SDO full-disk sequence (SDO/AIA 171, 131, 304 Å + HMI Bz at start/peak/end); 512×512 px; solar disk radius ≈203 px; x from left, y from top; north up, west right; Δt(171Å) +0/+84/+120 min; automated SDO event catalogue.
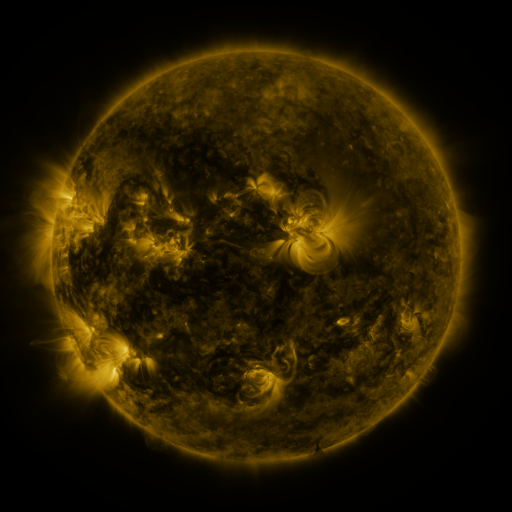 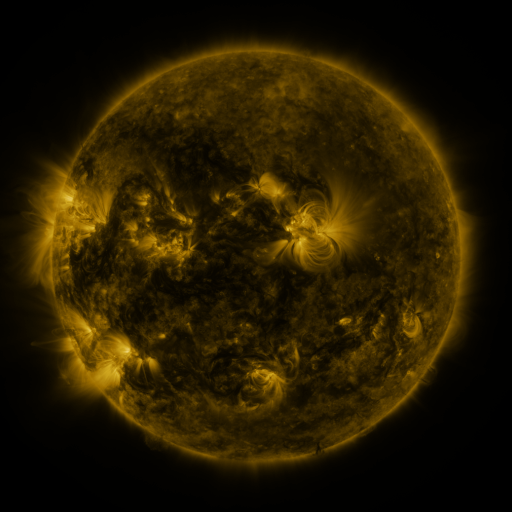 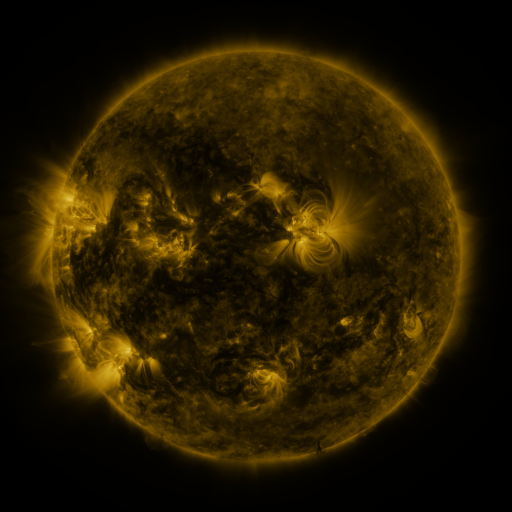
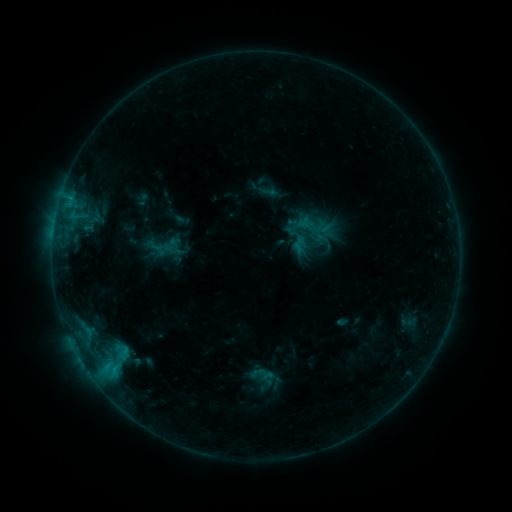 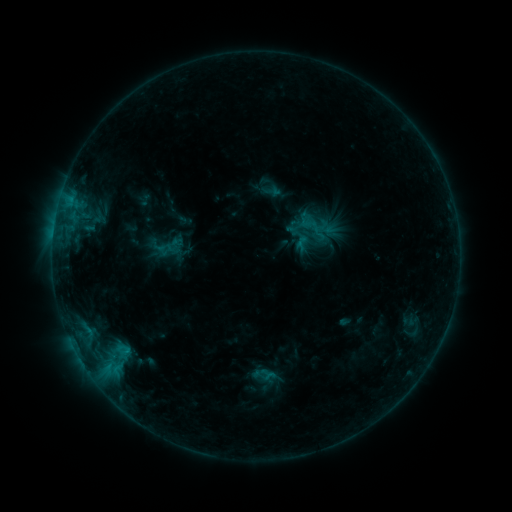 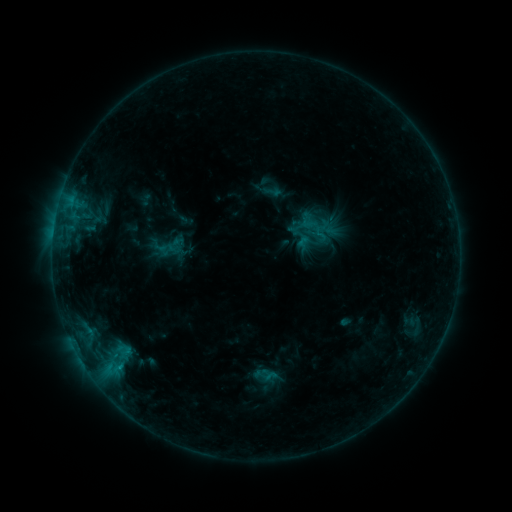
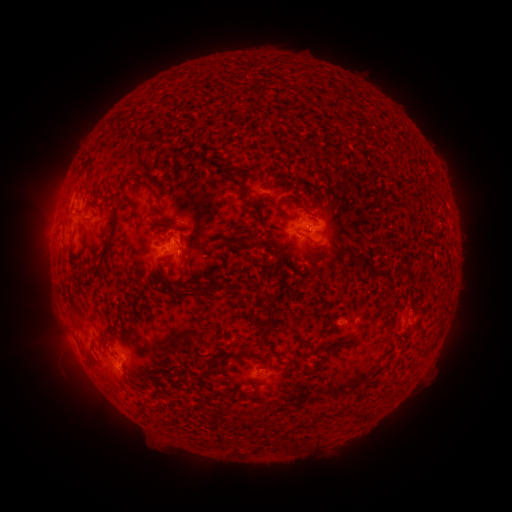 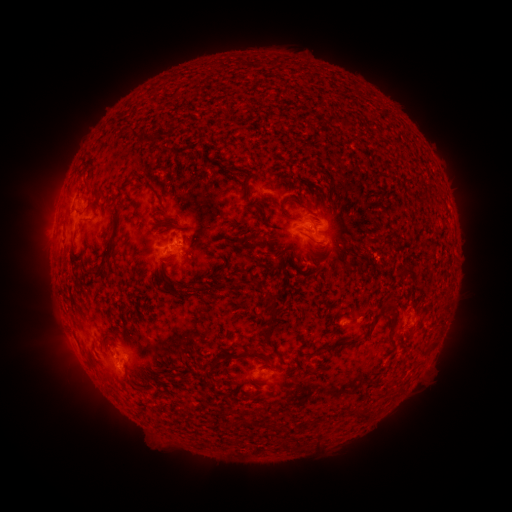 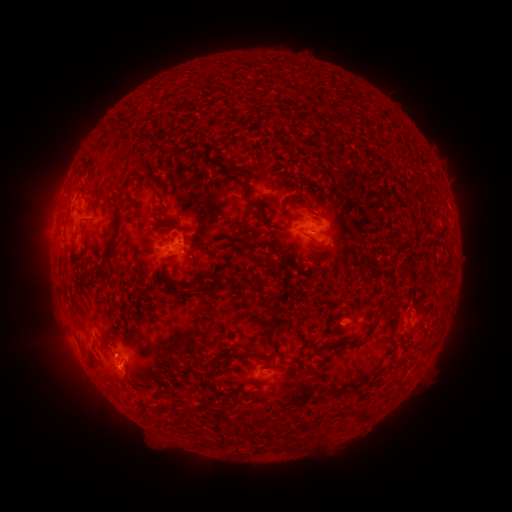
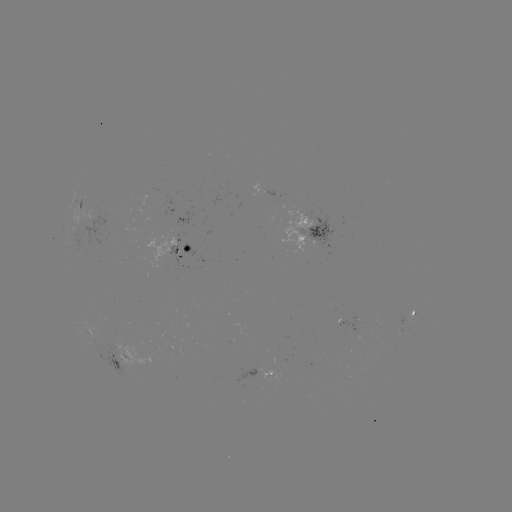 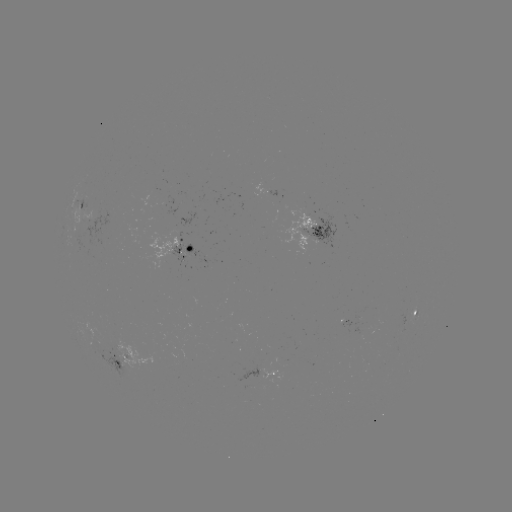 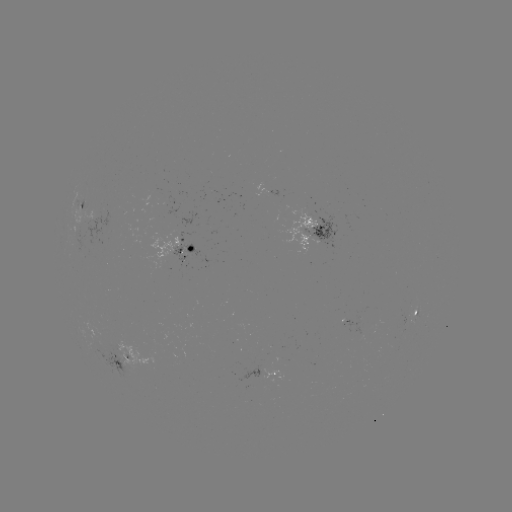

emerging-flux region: (398, 313, 407, 325)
